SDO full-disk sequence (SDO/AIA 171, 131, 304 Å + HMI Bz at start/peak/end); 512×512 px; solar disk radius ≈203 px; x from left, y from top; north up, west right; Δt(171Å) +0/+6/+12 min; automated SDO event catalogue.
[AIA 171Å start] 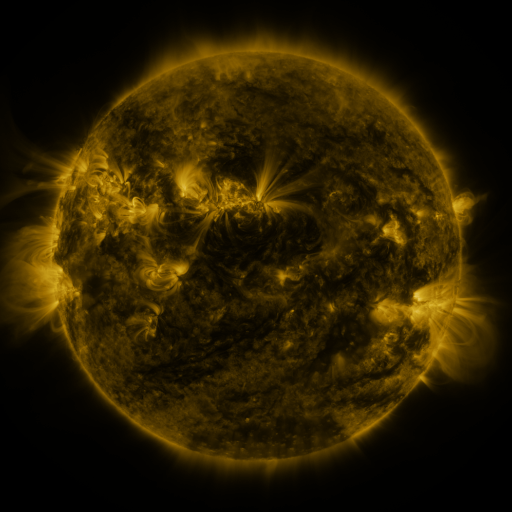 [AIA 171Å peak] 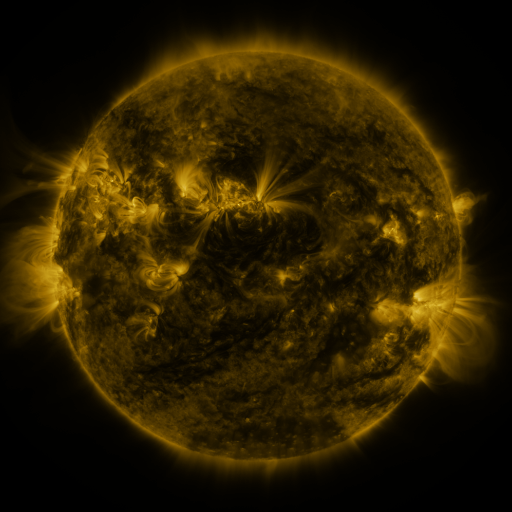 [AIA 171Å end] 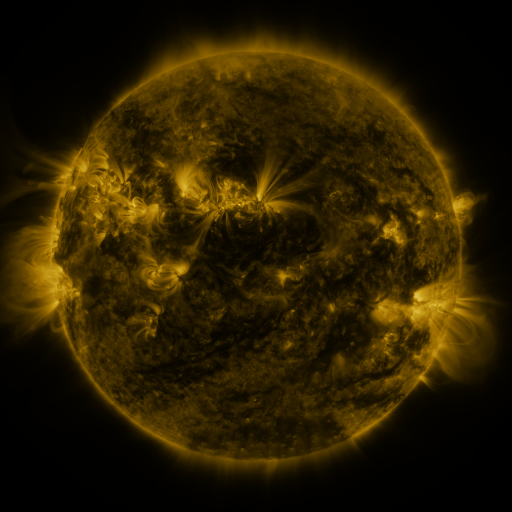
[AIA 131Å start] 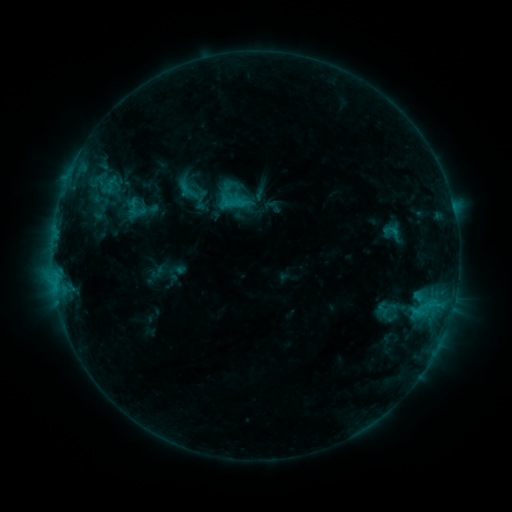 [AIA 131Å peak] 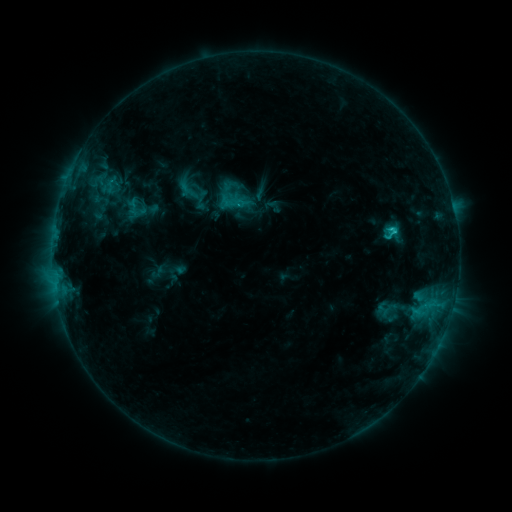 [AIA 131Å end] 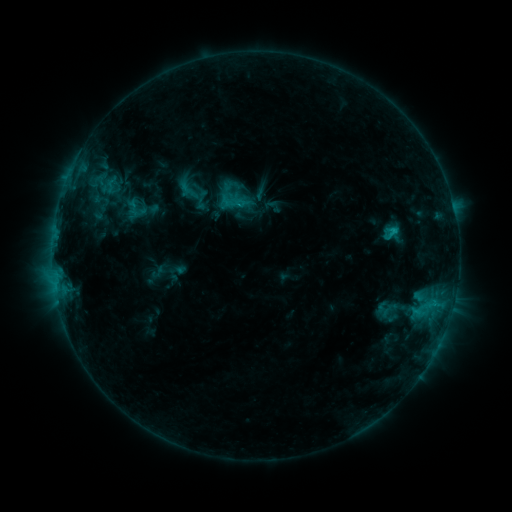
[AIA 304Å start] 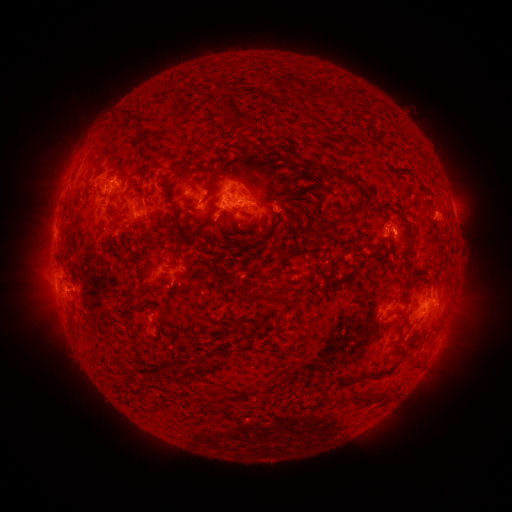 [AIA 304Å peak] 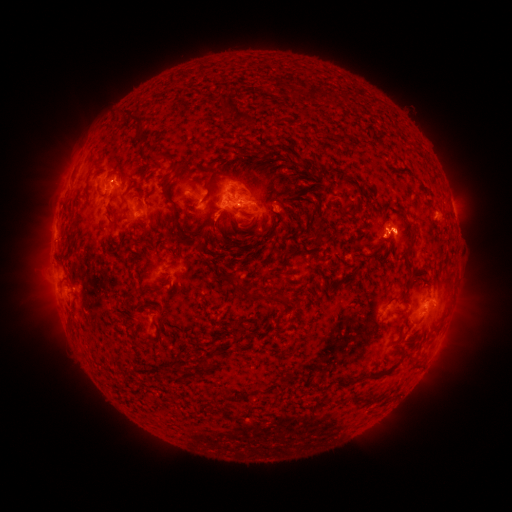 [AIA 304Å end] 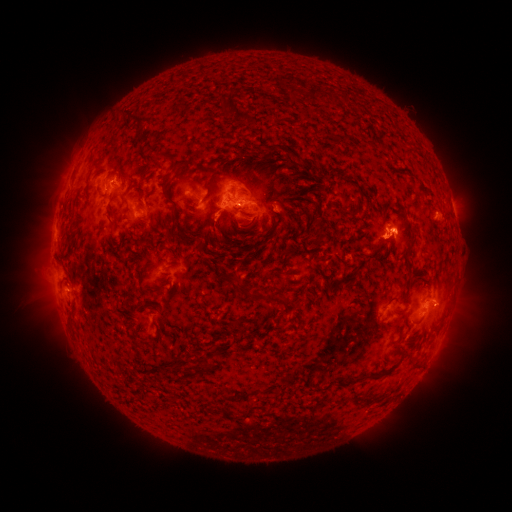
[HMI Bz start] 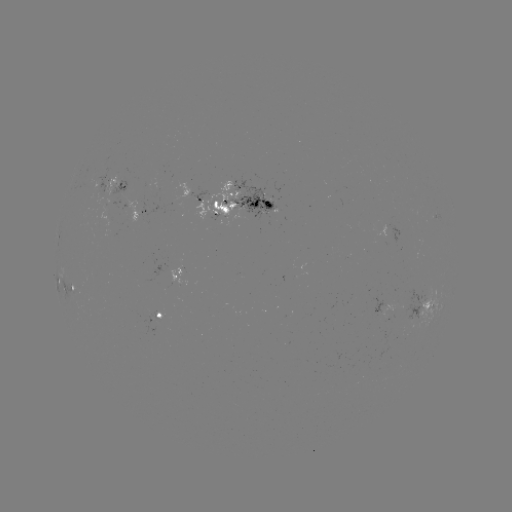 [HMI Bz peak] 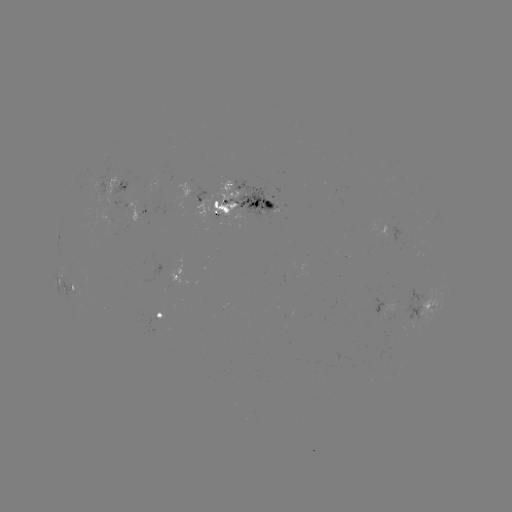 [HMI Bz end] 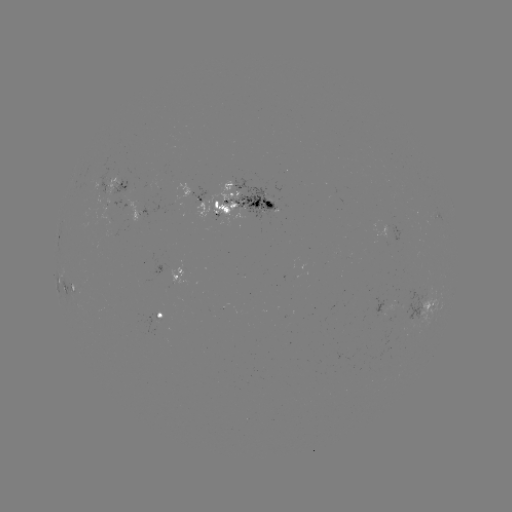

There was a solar flare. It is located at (391, 230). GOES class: C1.6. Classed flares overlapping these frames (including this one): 1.